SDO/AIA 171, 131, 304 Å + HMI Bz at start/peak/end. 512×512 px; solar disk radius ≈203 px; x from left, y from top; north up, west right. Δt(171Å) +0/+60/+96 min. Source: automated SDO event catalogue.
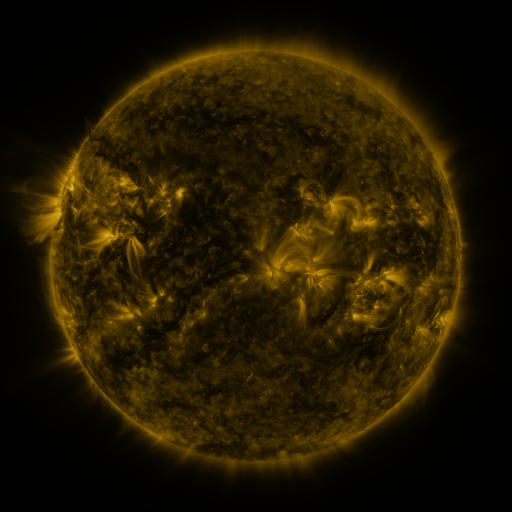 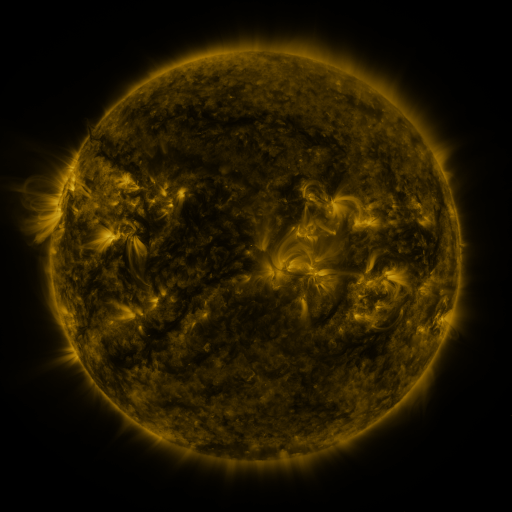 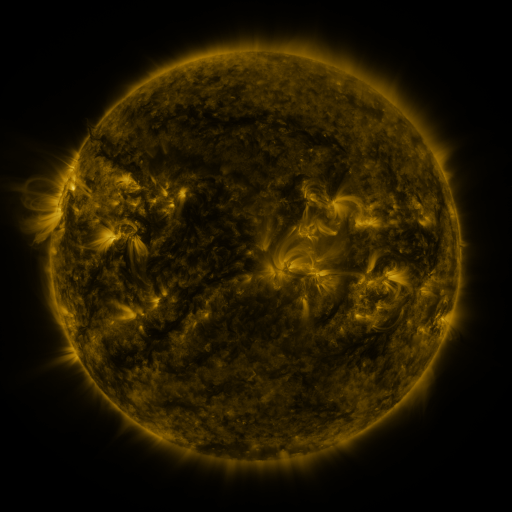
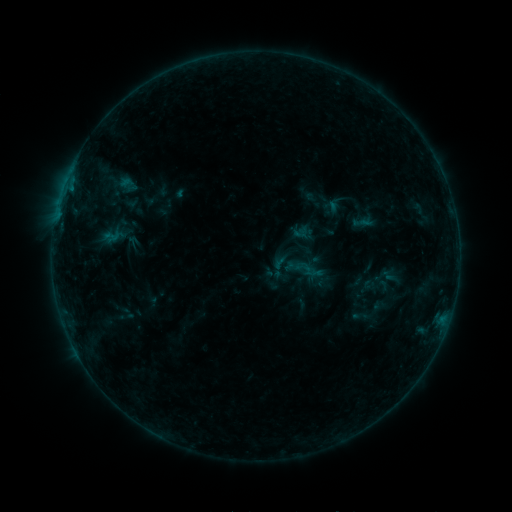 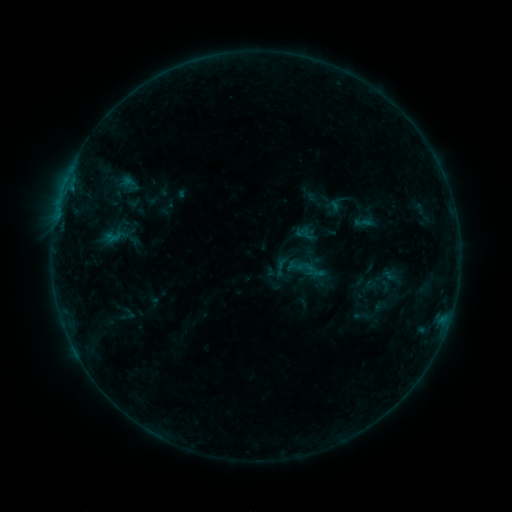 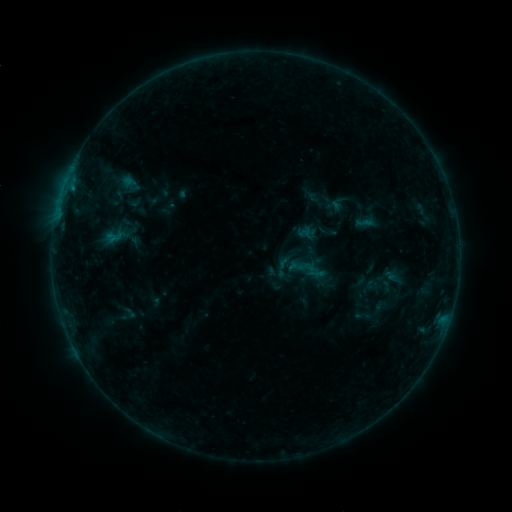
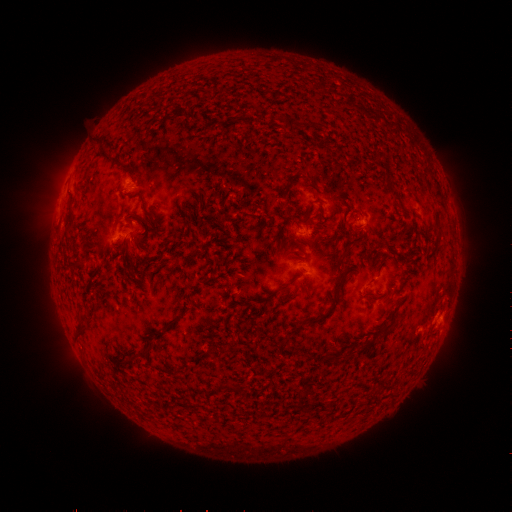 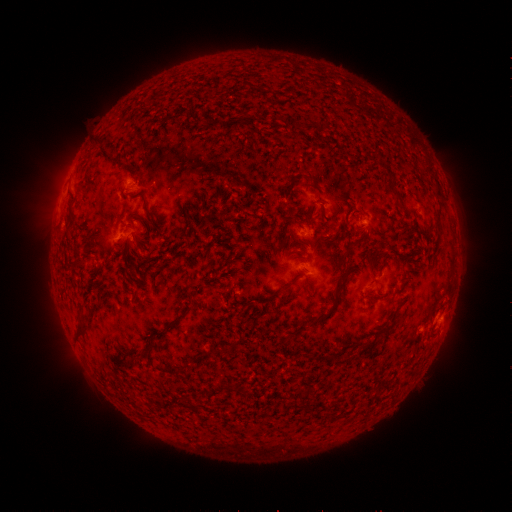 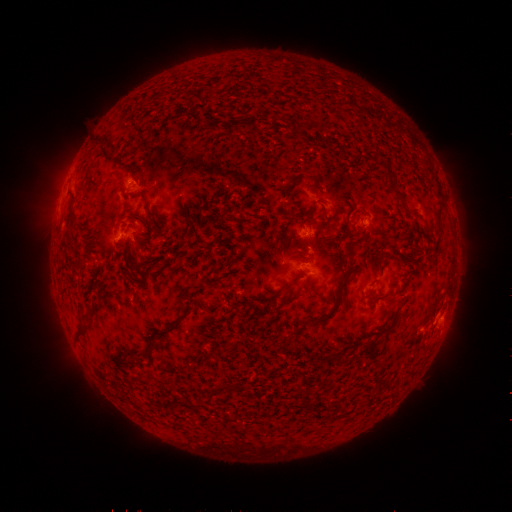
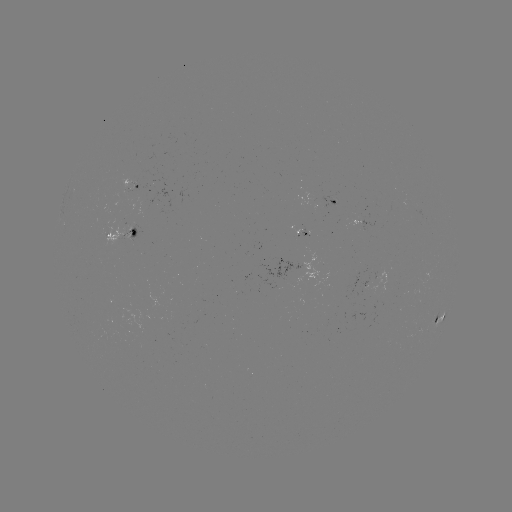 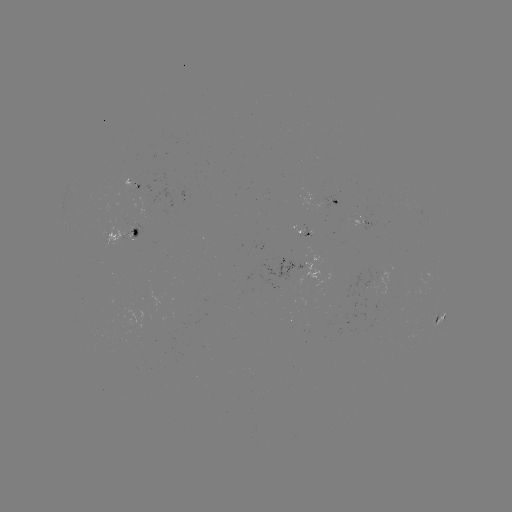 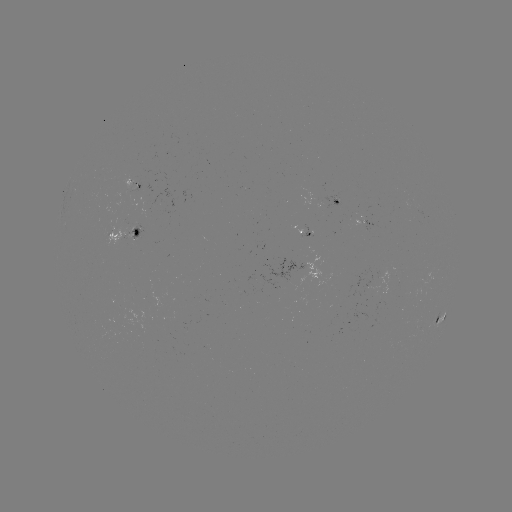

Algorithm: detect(emerging-flux region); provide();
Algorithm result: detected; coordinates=[282, 280]